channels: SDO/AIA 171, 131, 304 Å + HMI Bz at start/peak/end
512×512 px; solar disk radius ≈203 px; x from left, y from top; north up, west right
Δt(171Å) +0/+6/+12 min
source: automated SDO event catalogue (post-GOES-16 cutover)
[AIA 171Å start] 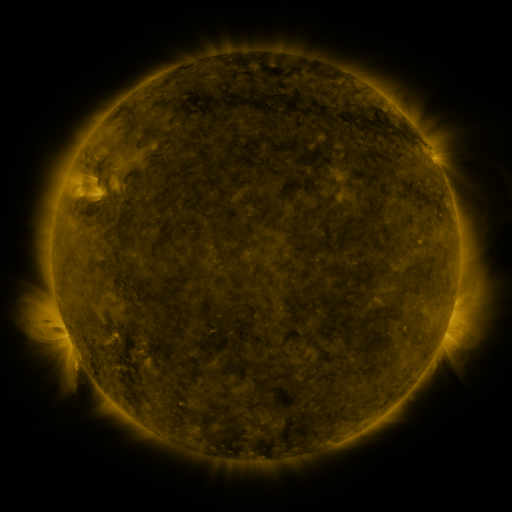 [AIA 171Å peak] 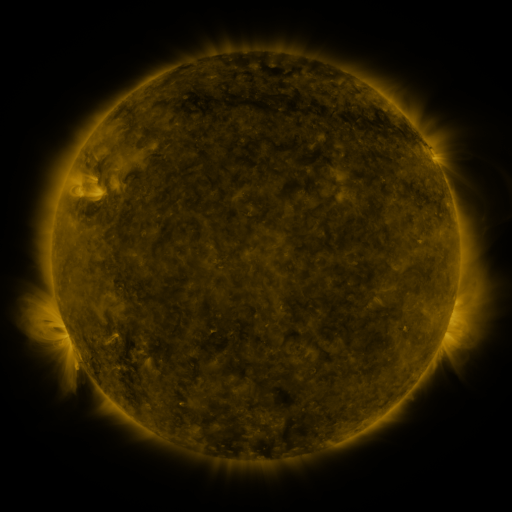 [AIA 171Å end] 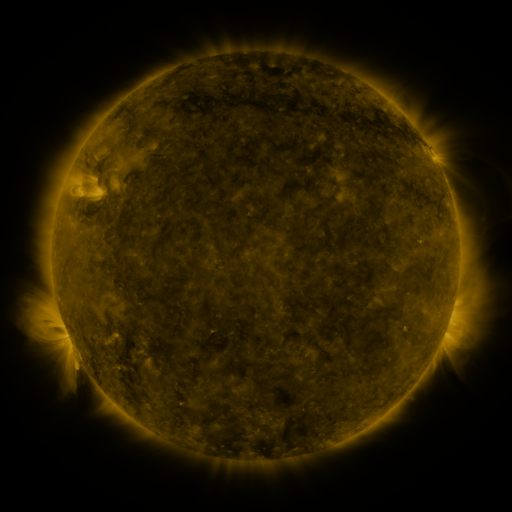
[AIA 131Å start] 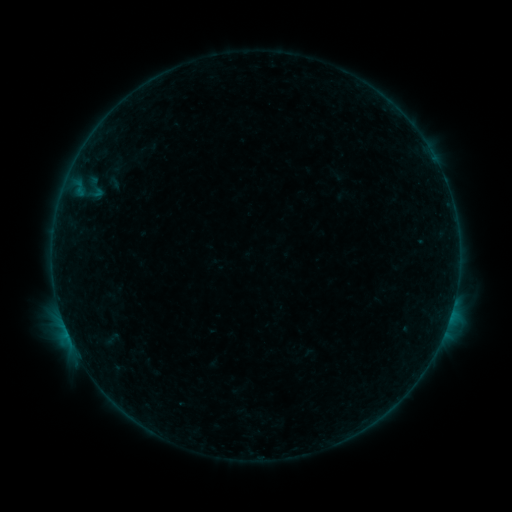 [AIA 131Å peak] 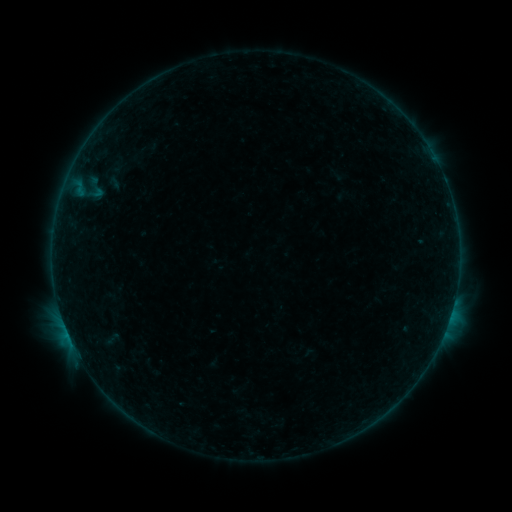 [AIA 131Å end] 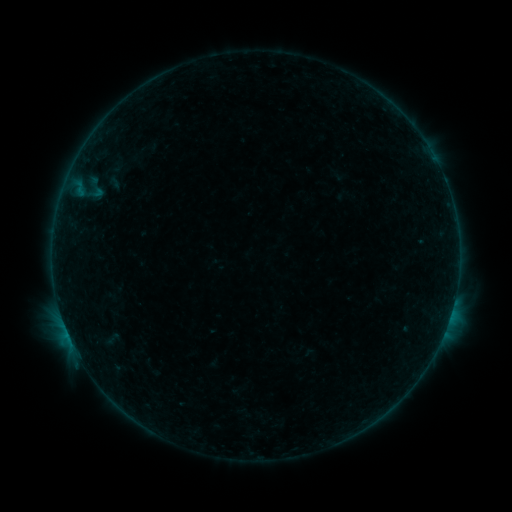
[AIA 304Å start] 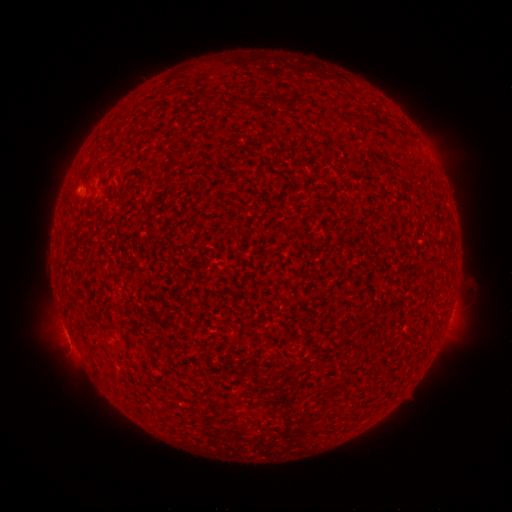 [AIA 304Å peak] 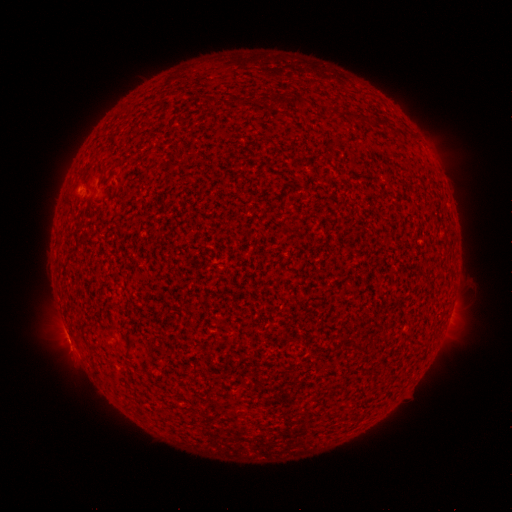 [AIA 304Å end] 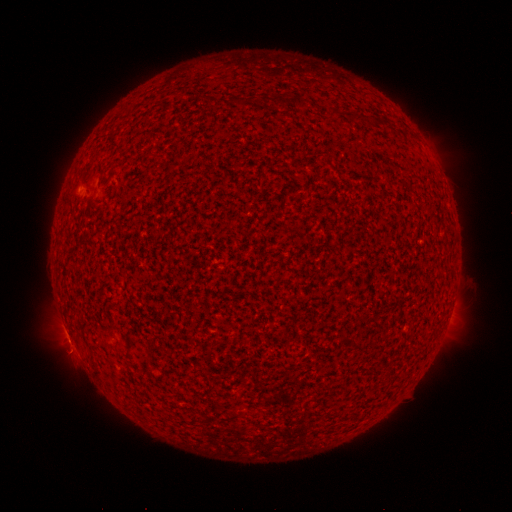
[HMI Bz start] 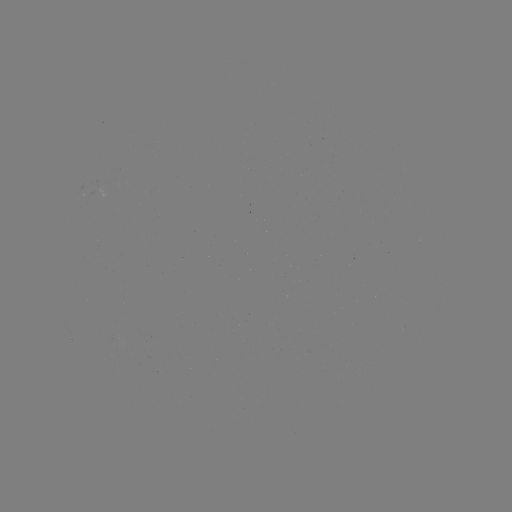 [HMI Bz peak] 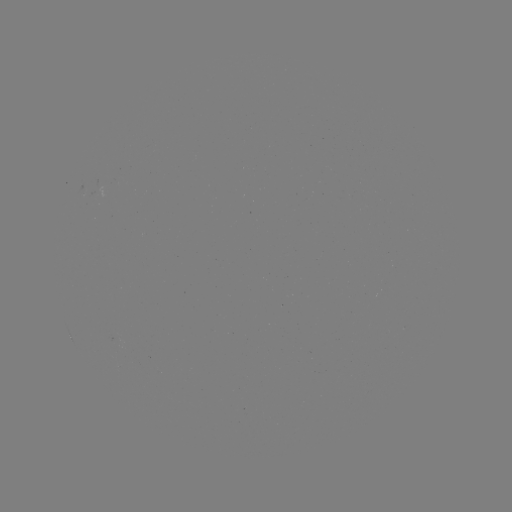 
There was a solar flare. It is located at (72, 342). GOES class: B3.9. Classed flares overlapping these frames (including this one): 1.